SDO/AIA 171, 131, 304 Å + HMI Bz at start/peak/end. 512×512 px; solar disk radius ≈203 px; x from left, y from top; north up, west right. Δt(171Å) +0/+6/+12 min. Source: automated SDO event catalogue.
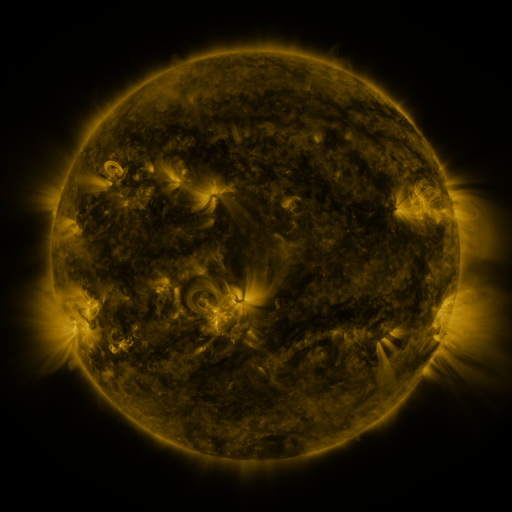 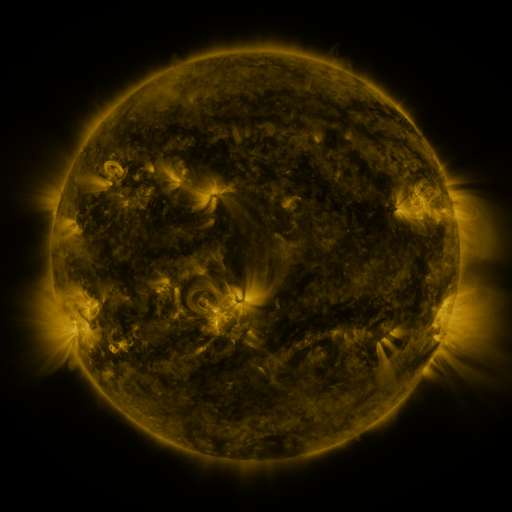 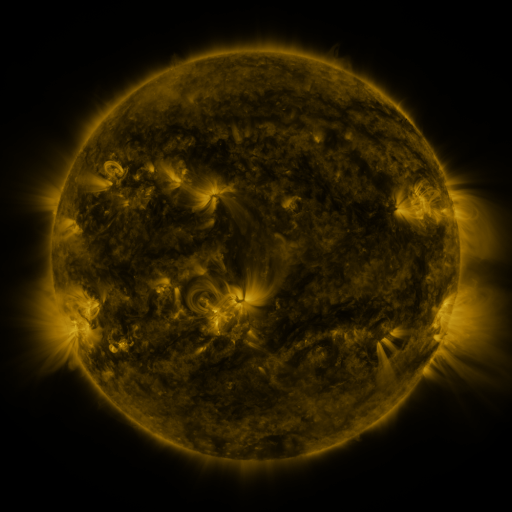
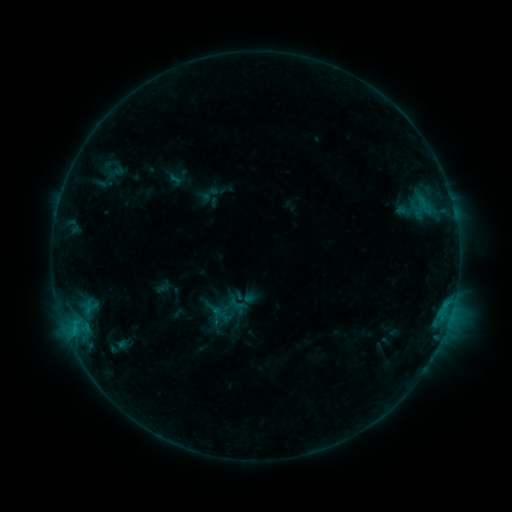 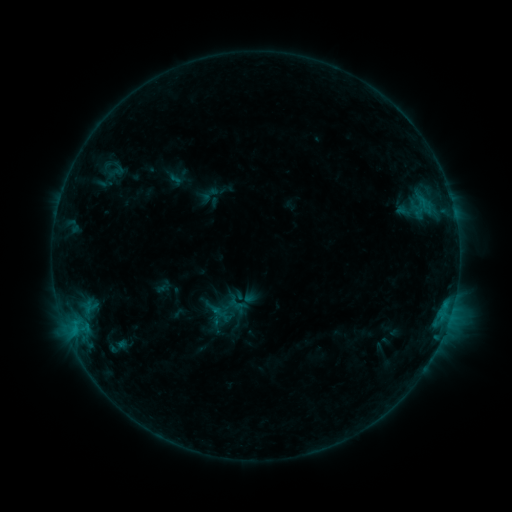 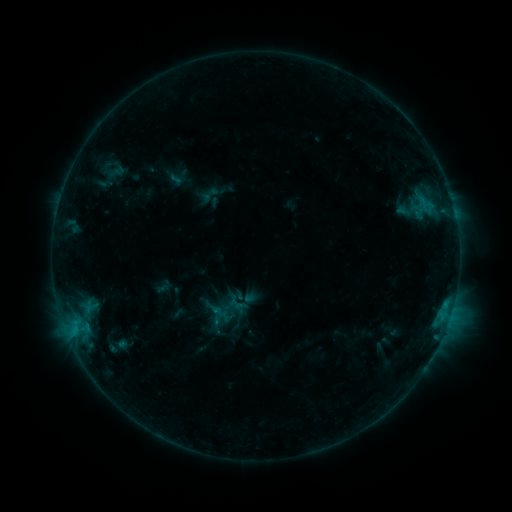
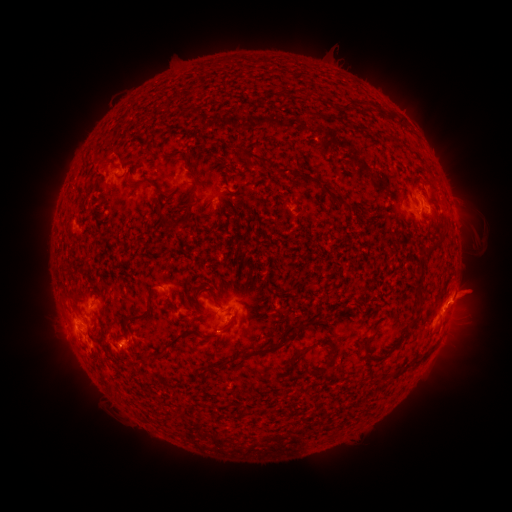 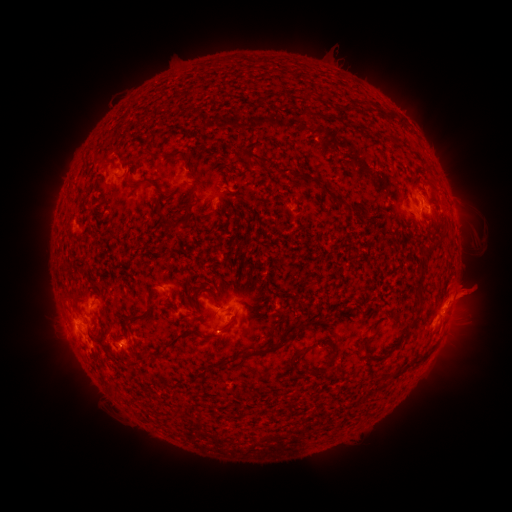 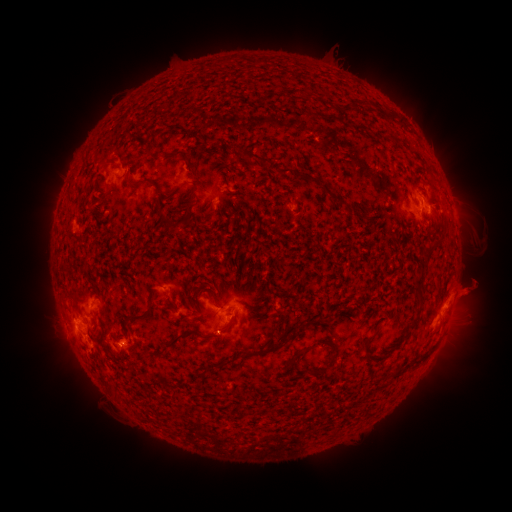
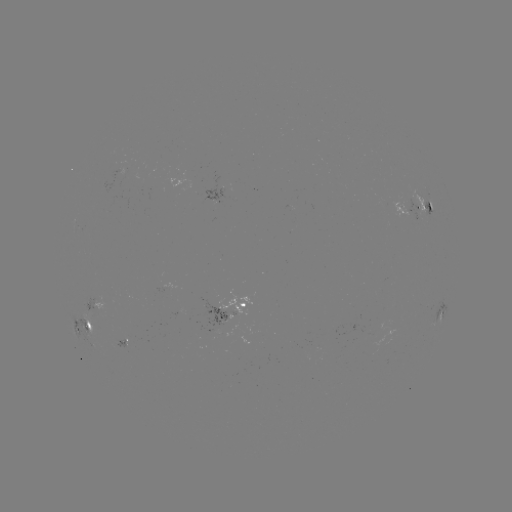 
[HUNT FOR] eruption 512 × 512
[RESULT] (472, 291)